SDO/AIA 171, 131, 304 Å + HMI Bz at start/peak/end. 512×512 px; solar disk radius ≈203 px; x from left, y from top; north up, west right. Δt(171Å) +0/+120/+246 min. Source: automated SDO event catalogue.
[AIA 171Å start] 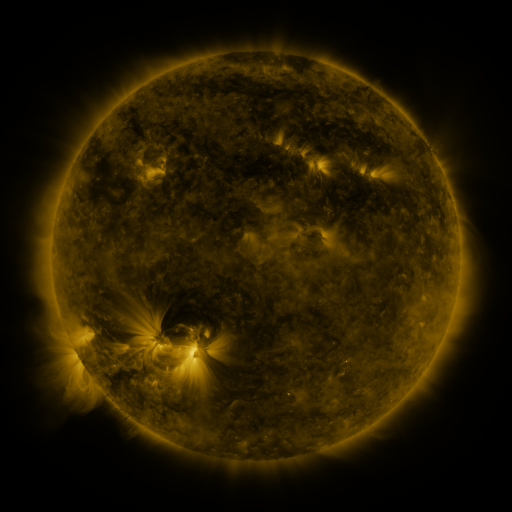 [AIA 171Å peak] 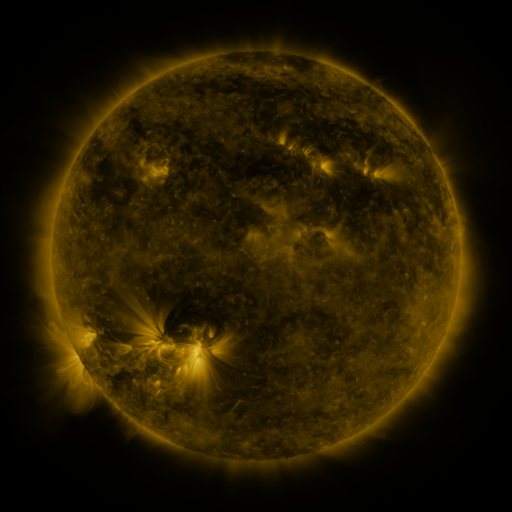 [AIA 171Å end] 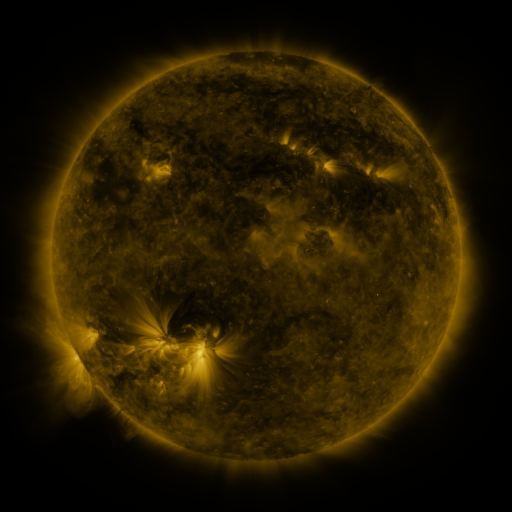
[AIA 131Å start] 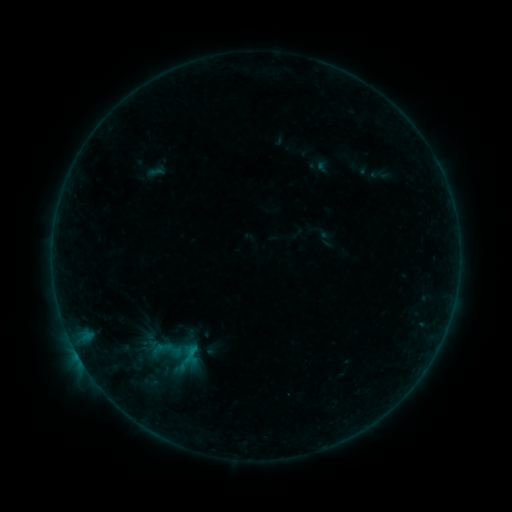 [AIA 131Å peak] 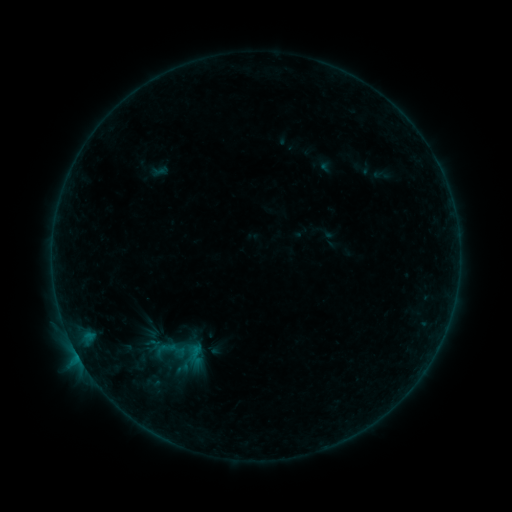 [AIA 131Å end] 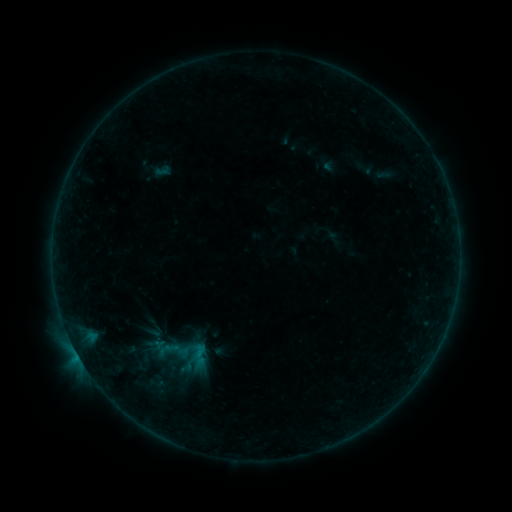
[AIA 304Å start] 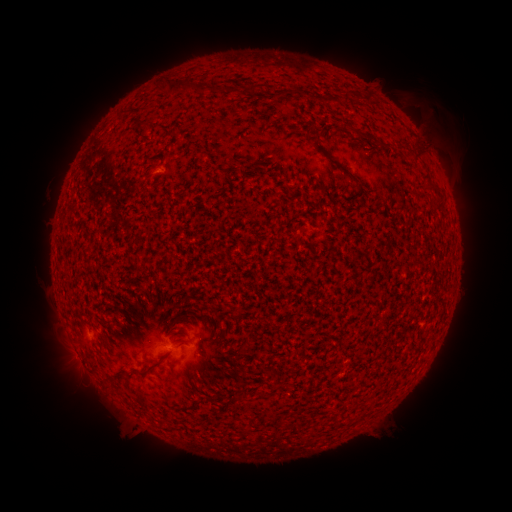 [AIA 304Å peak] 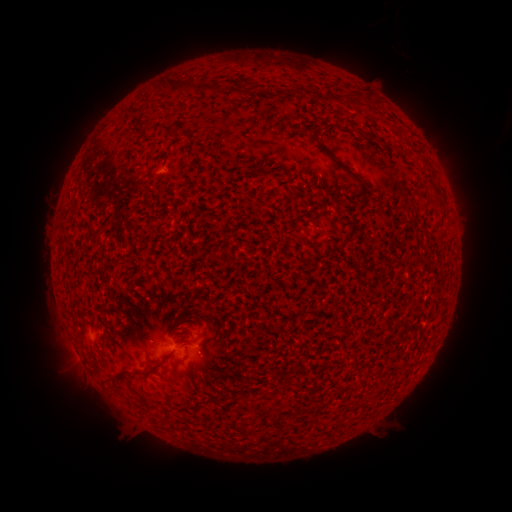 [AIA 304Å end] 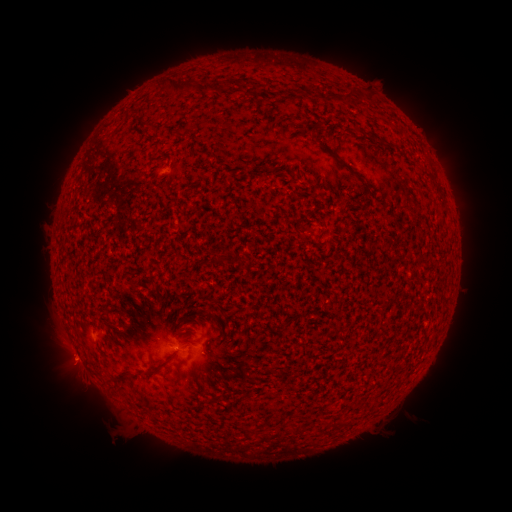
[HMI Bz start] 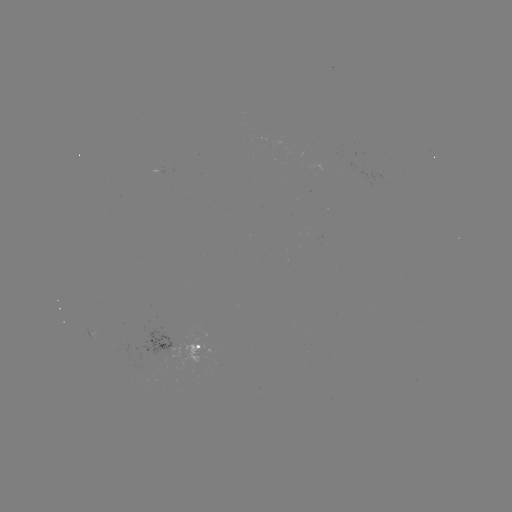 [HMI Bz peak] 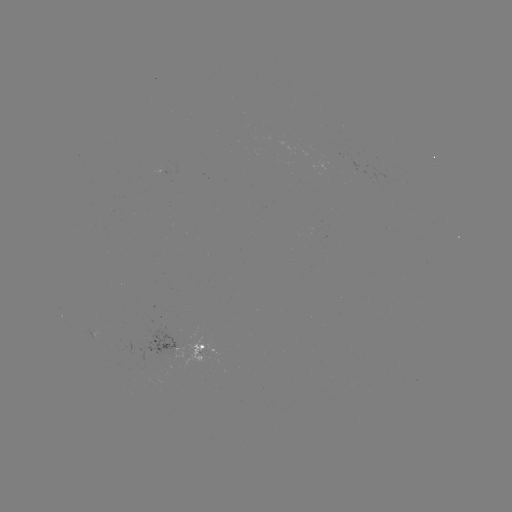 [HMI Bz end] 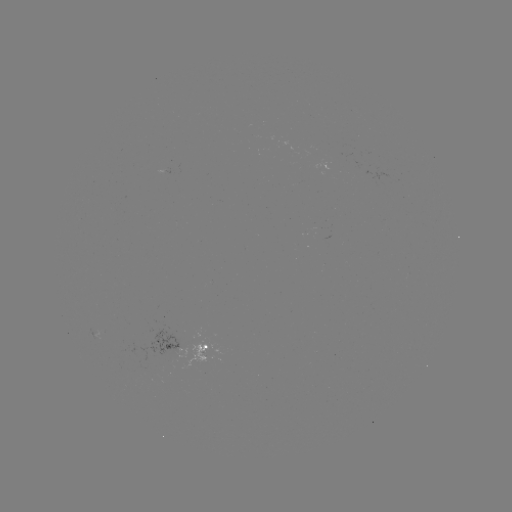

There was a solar filament eruption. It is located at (430, 123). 